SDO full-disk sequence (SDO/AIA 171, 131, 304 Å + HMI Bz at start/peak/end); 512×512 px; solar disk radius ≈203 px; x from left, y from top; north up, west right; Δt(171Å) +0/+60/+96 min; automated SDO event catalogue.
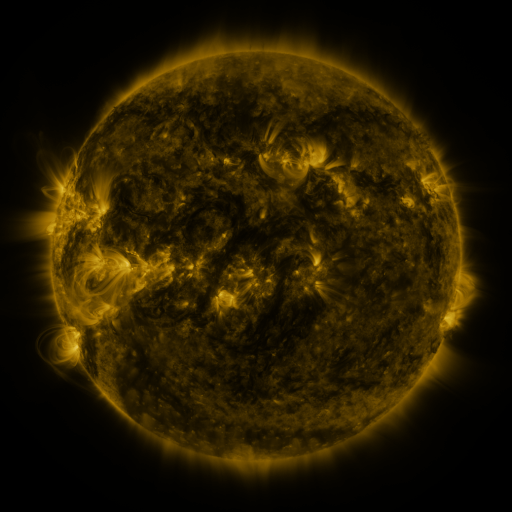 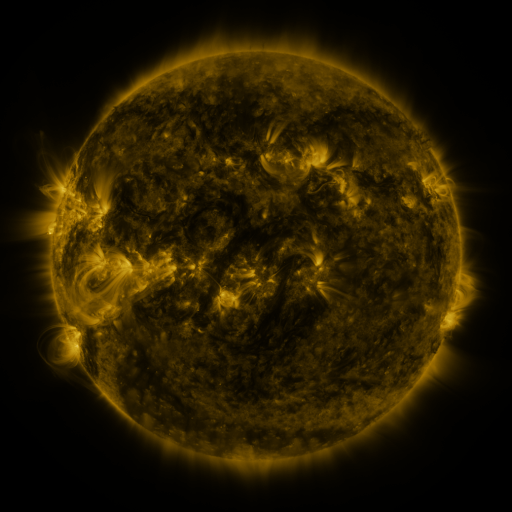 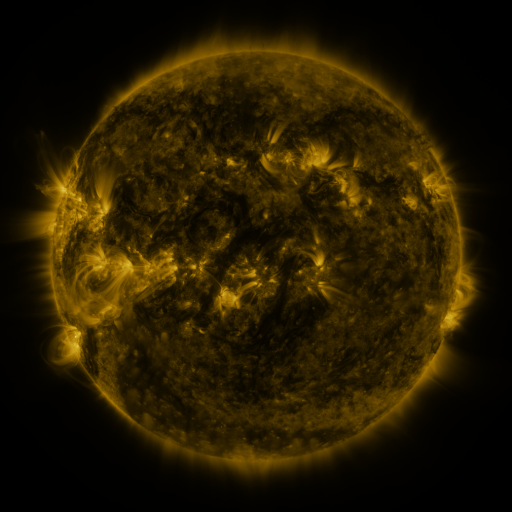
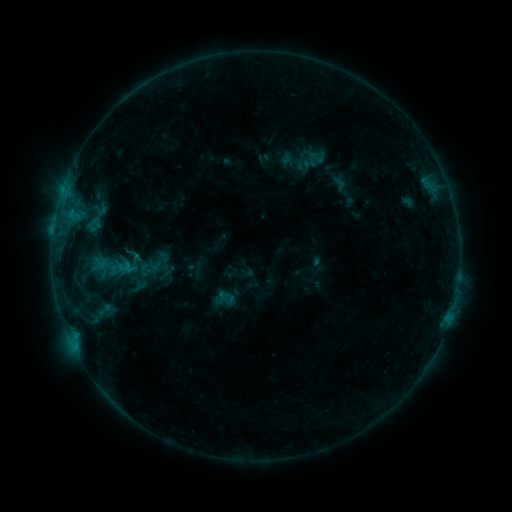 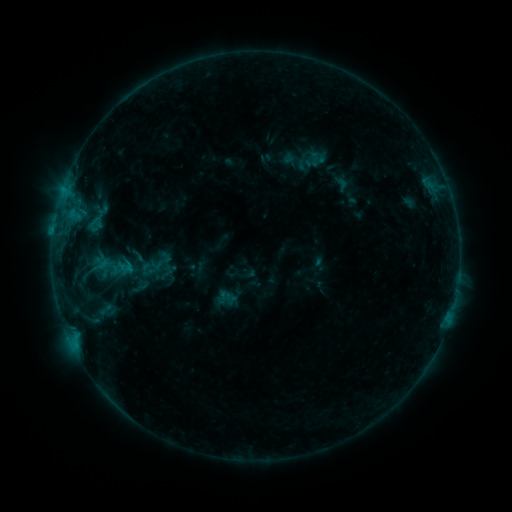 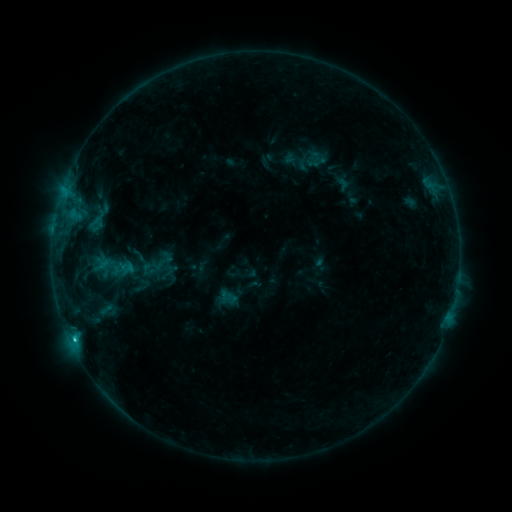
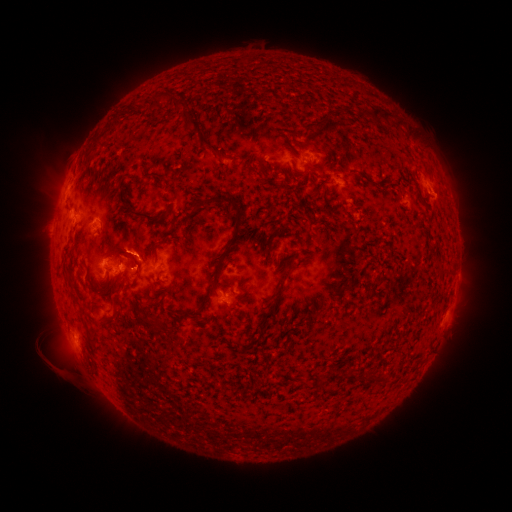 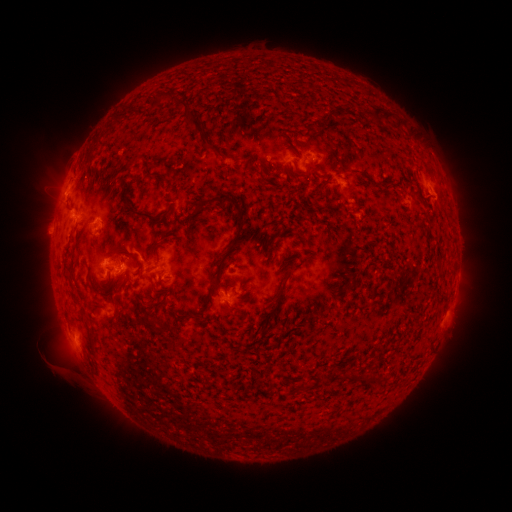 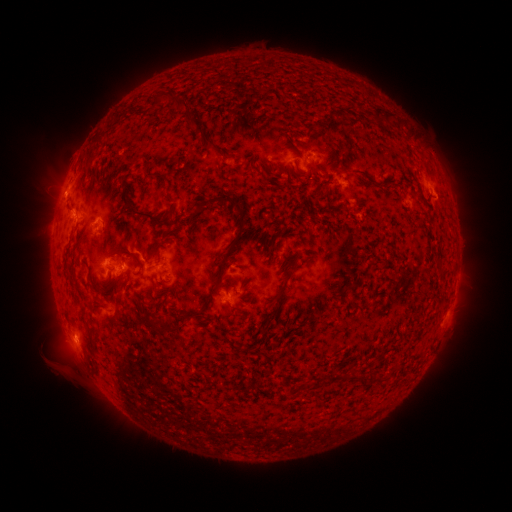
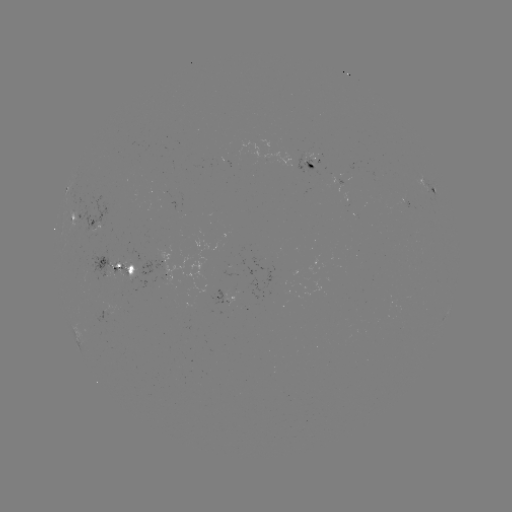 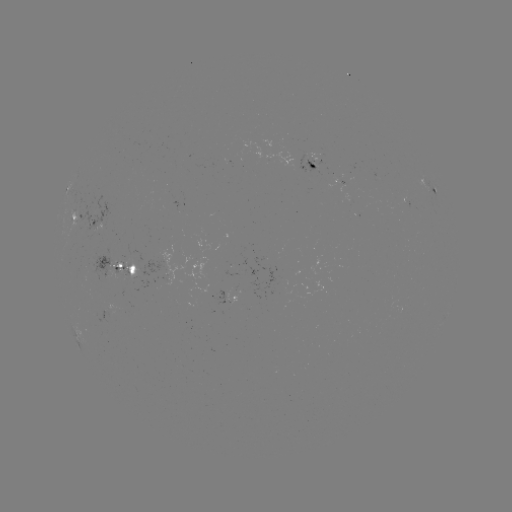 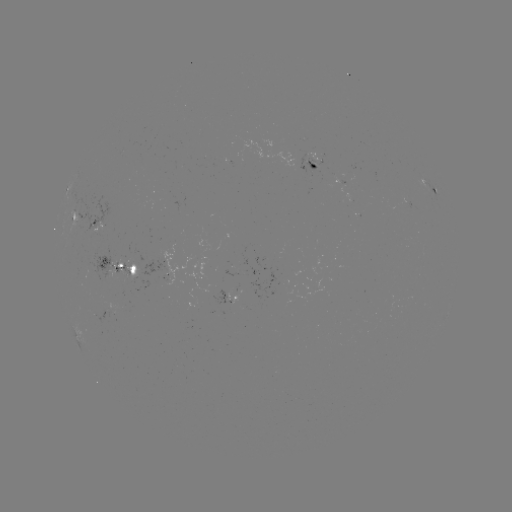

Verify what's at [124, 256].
emerging-flux region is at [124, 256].